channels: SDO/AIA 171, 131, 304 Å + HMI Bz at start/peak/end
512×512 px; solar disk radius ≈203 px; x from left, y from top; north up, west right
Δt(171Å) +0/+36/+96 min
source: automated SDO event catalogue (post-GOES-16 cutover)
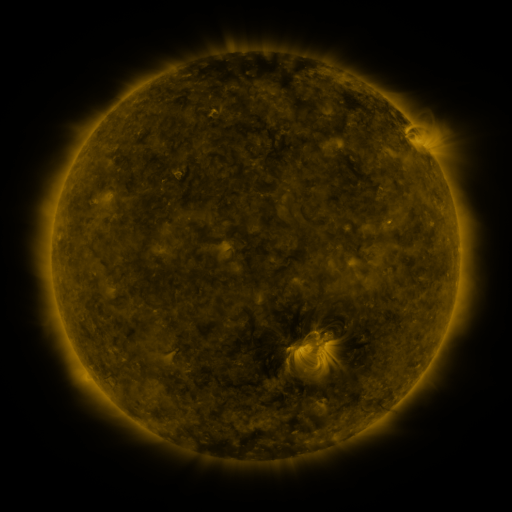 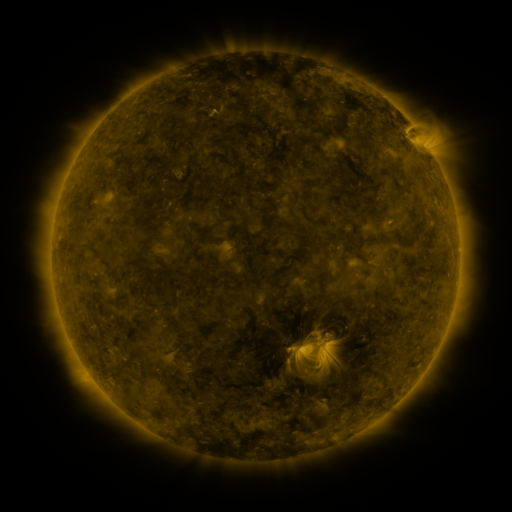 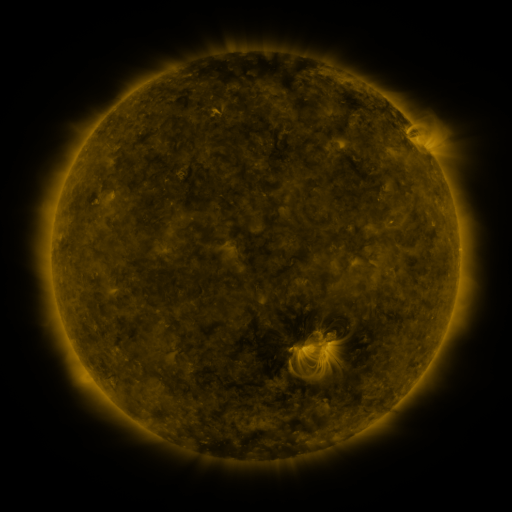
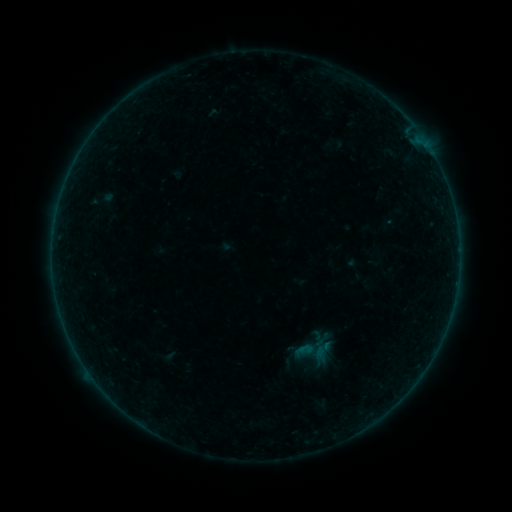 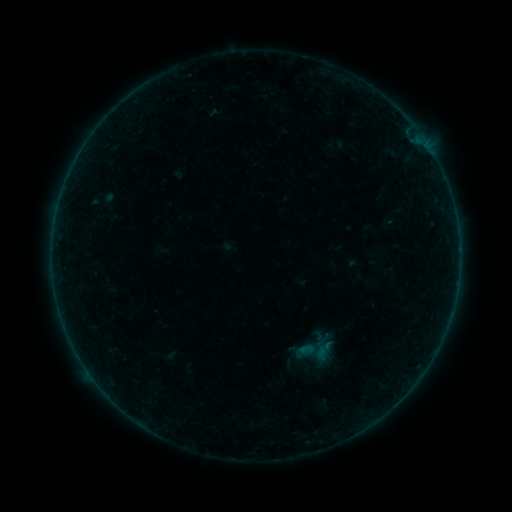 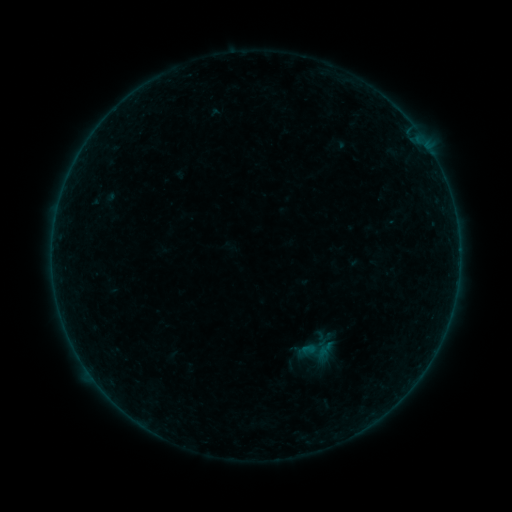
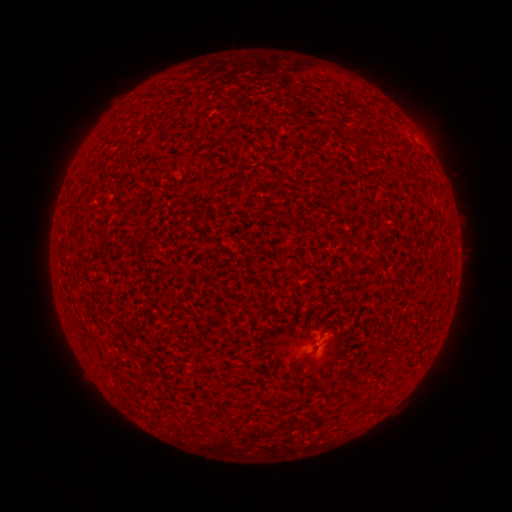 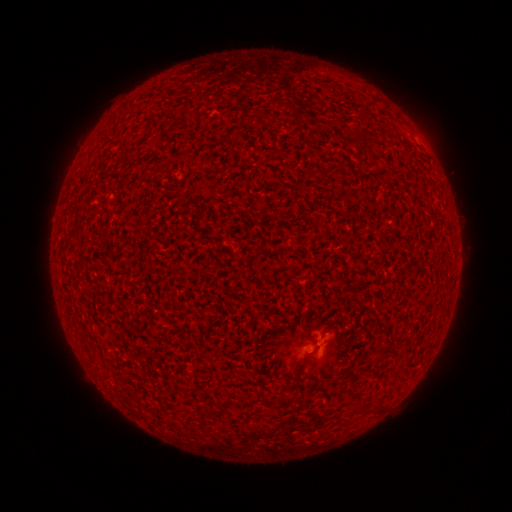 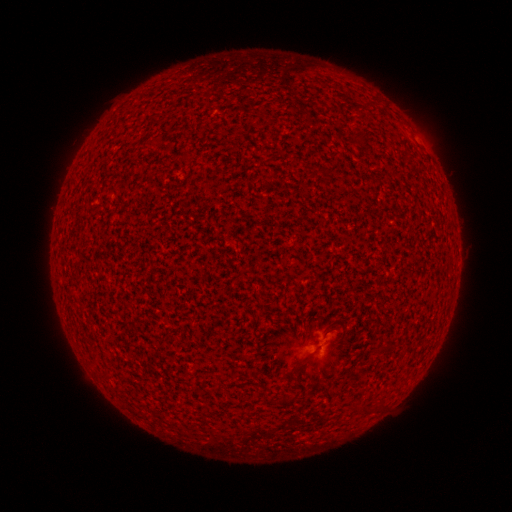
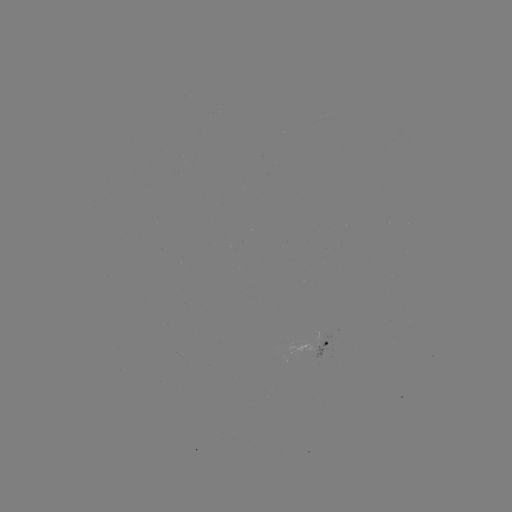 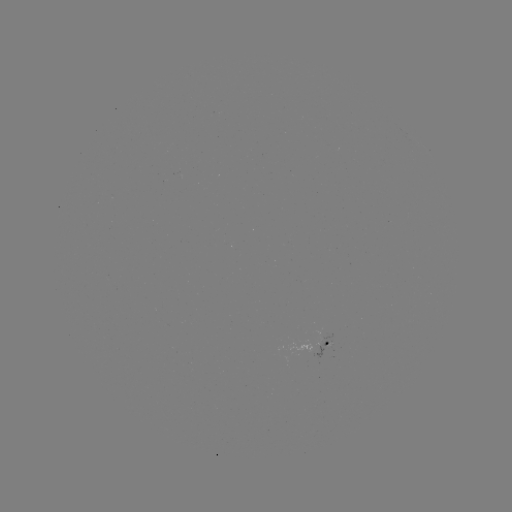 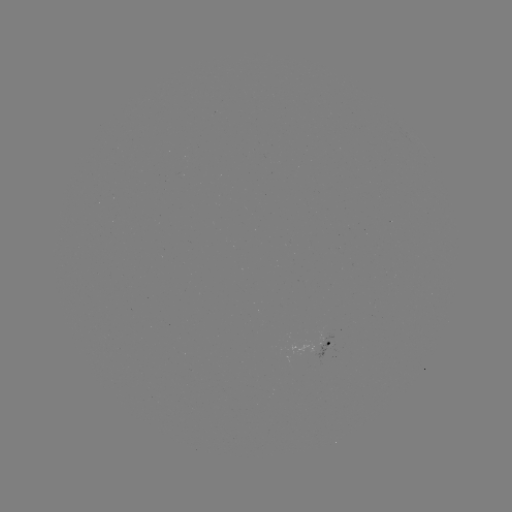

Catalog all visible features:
A4.3 flare: (317, 356)
